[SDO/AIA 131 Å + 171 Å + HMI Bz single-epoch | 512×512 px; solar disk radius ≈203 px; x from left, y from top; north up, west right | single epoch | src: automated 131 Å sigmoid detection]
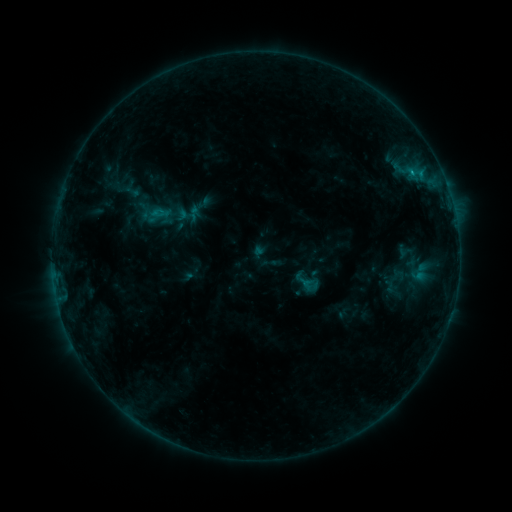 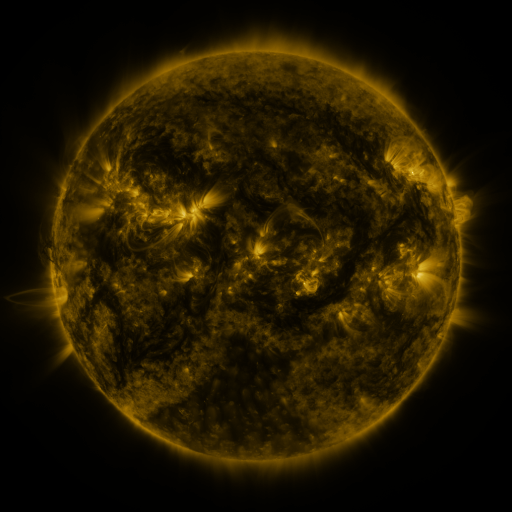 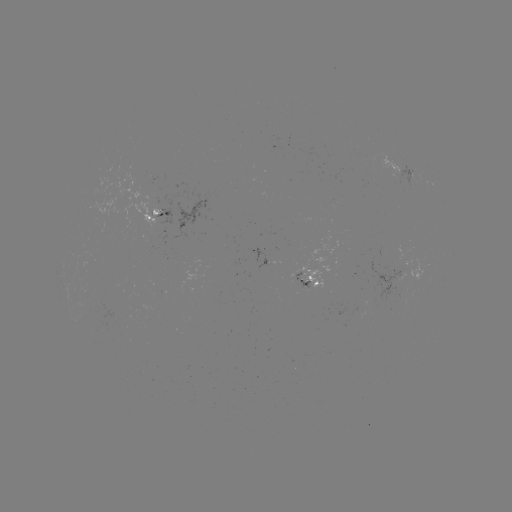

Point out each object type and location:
sigmoid: (392, 266, 406, 283)
sigmoid: (294, 268, 315, 290)
